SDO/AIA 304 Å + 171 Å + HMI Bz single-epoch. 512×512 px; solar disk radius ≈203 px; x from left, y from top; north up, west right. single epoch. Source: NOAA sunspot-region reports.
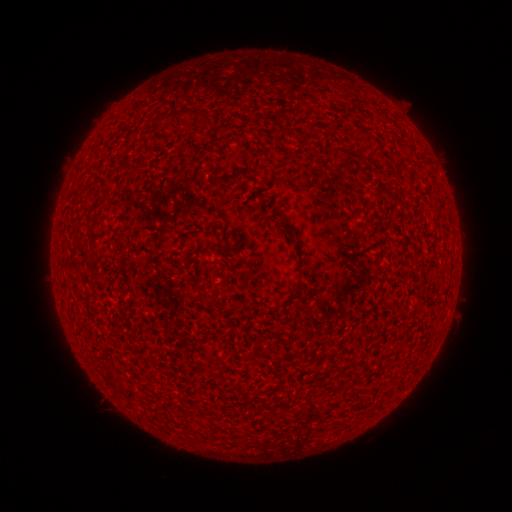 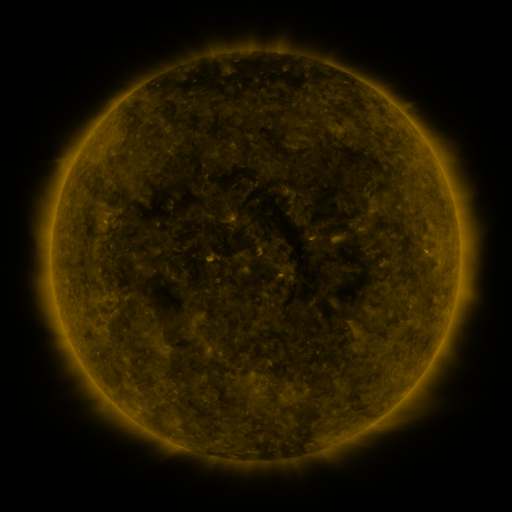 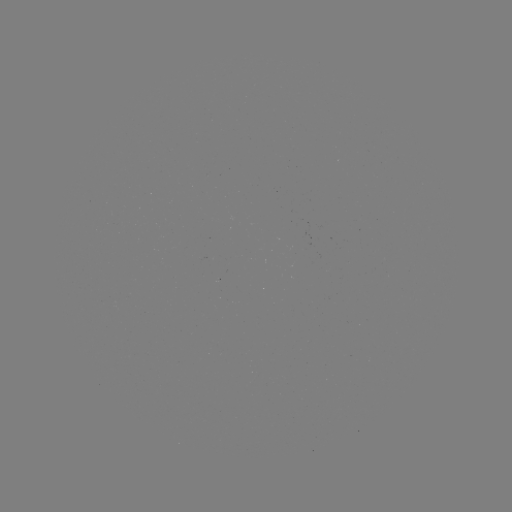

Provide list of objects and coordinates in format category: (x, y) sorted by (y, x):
(none)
